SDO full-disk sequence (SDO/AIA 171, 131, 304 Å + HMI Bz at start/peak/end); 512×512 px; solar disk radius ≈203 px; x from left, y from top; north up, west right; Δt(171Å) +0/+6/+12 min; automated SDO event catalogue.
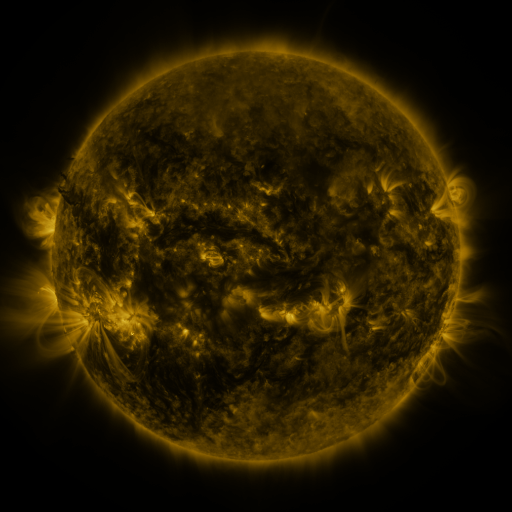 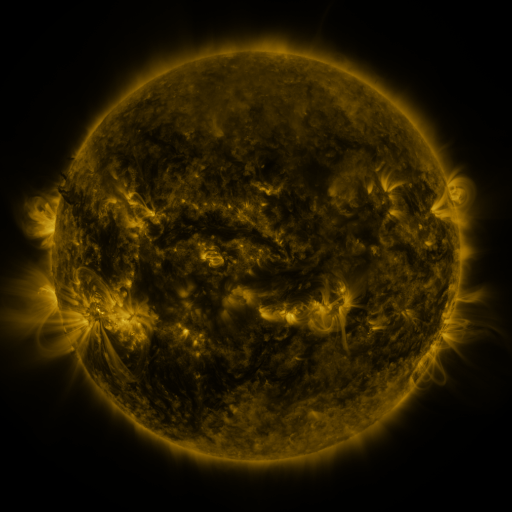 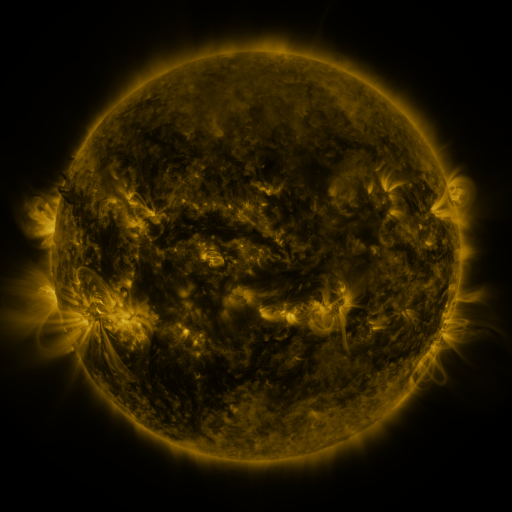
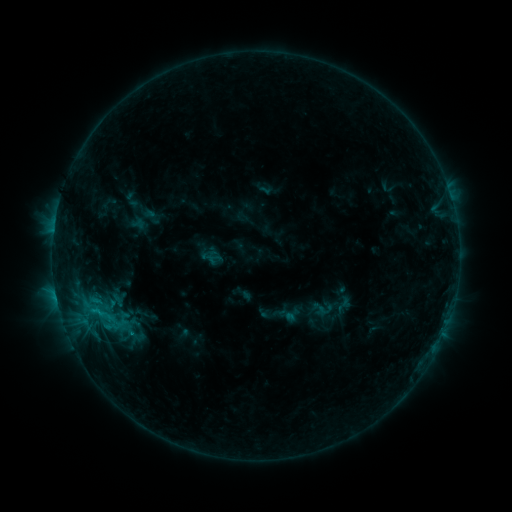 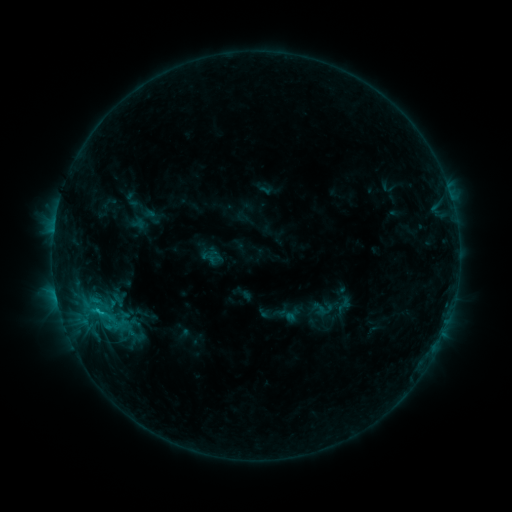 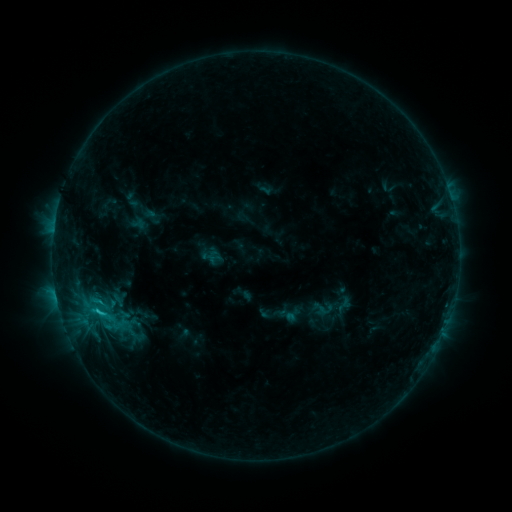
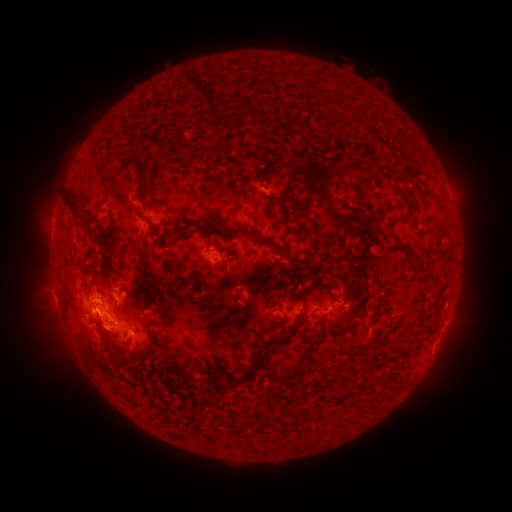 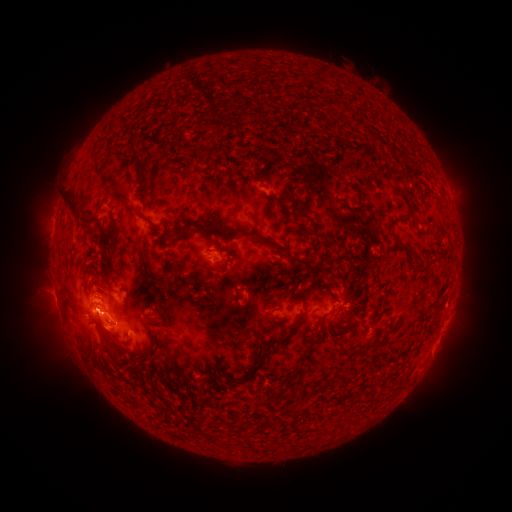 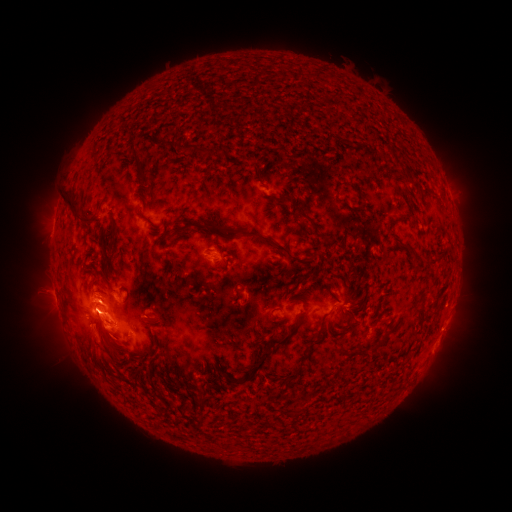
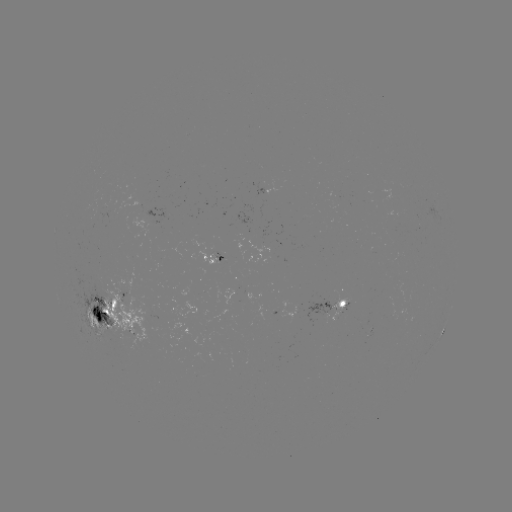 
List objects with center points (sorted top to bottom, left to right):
C2.1 flare: (103, 313)
